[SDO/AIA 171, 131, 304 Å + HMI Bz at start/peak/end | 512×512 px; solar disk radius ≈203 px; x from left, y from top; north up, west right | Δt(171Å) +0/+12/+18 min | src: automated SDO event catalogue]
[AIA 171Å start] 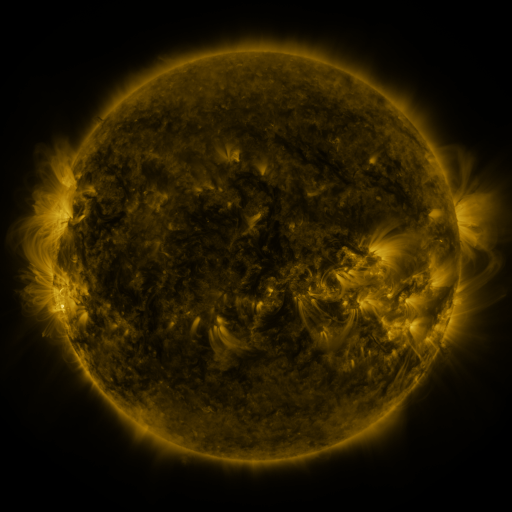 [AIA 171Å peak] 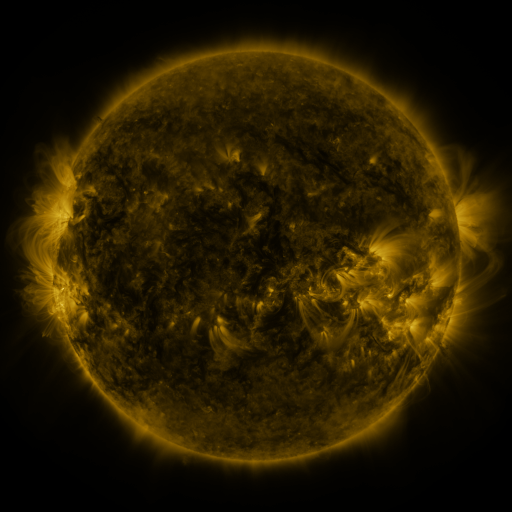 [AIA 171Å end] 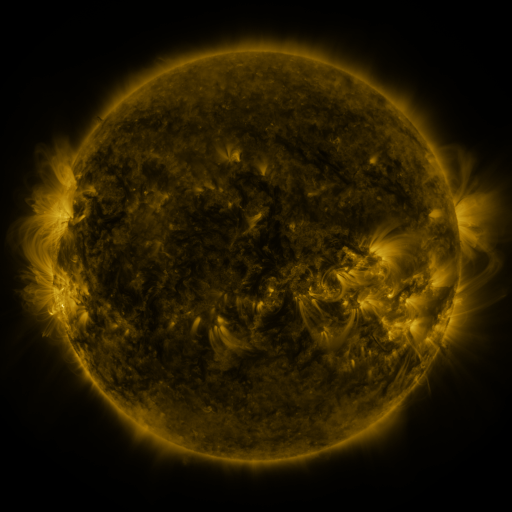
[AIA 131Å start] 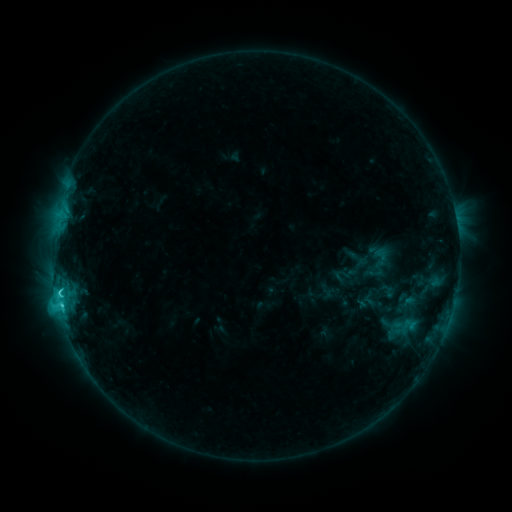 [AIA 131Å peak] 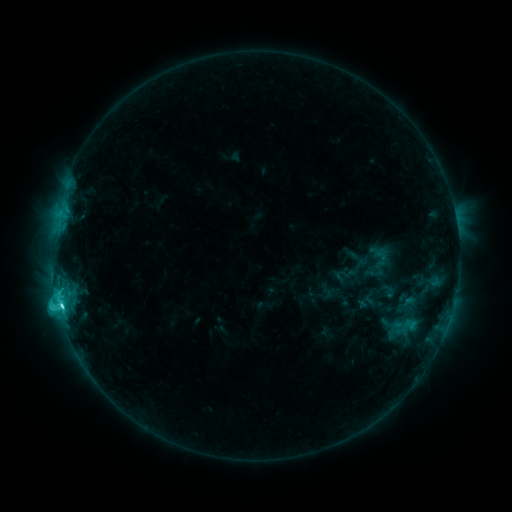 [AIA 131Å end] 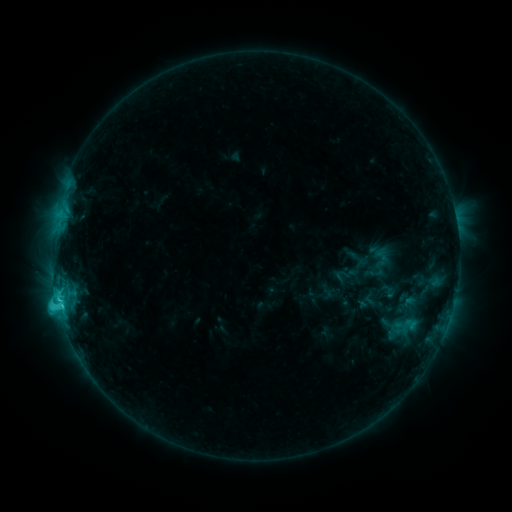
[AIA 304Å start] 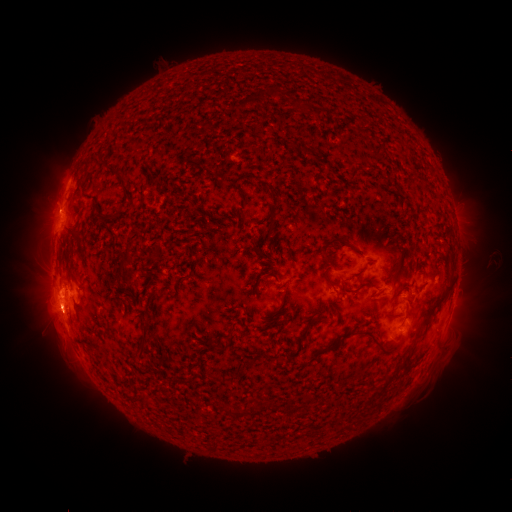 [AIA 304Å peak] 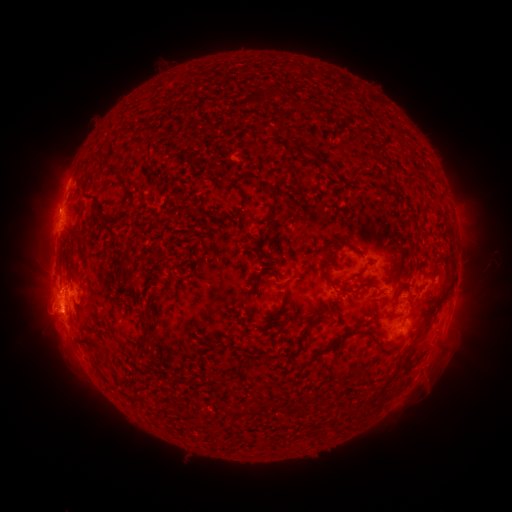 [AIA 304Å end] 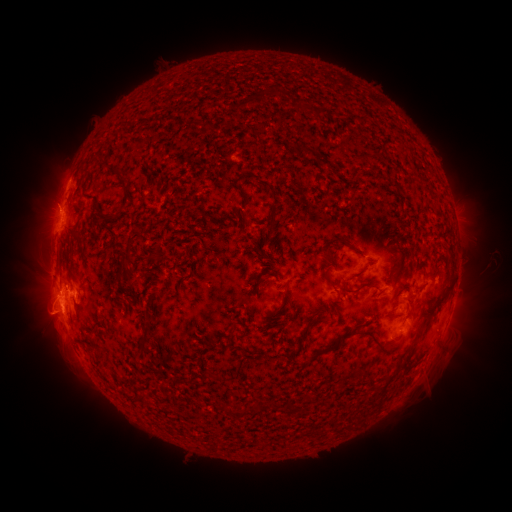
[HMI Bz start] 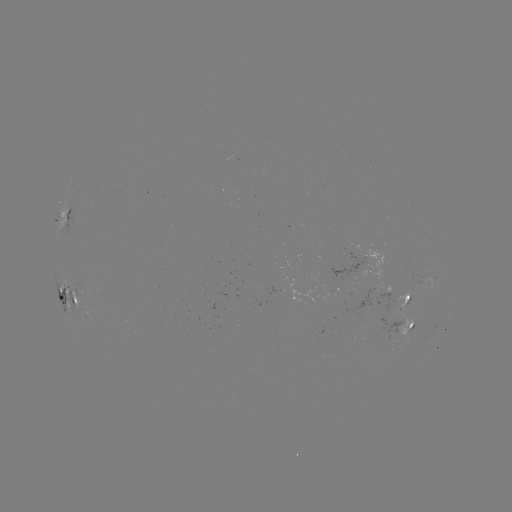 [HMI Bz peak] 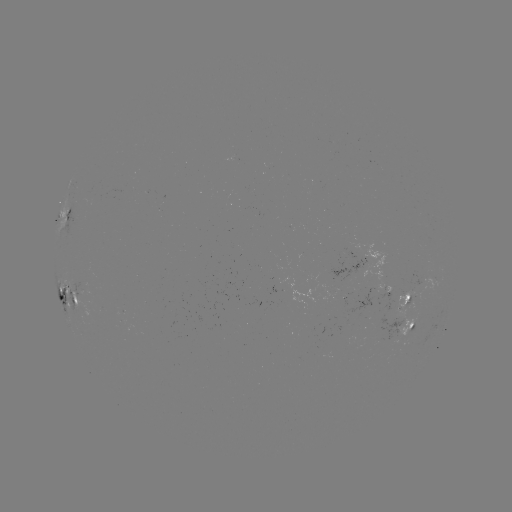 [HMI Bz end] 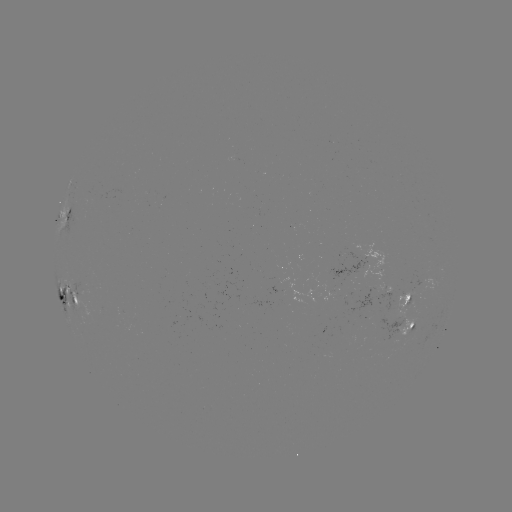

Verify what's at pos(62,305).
C4.3 flare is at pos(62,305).